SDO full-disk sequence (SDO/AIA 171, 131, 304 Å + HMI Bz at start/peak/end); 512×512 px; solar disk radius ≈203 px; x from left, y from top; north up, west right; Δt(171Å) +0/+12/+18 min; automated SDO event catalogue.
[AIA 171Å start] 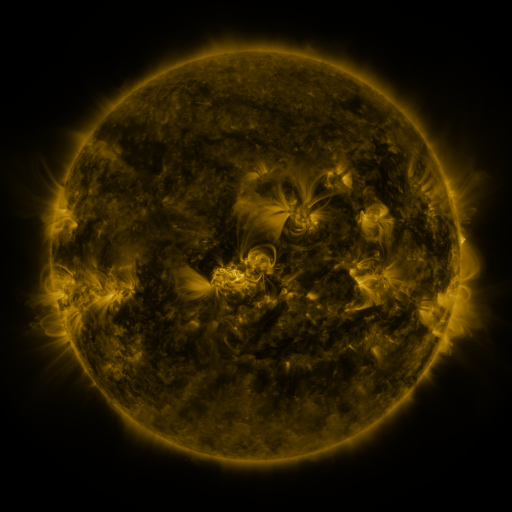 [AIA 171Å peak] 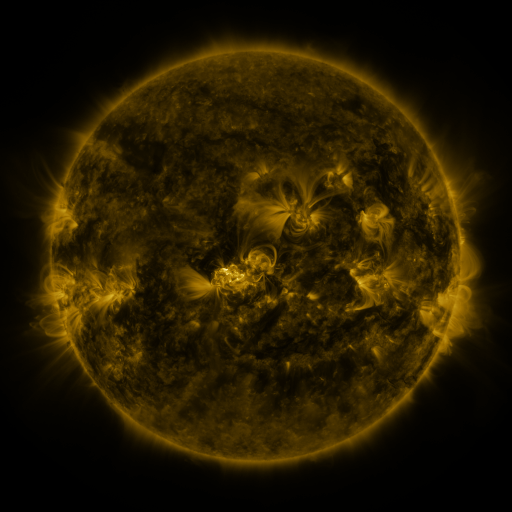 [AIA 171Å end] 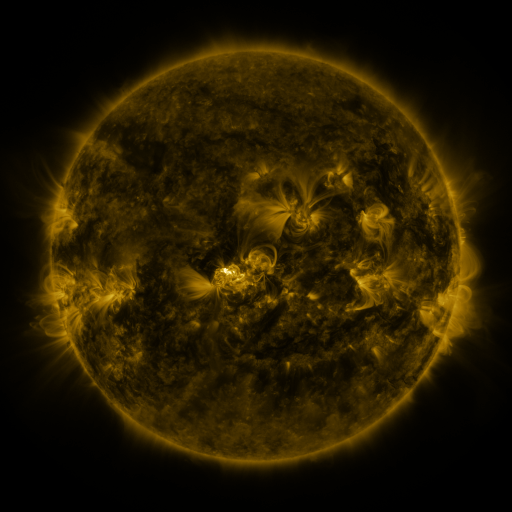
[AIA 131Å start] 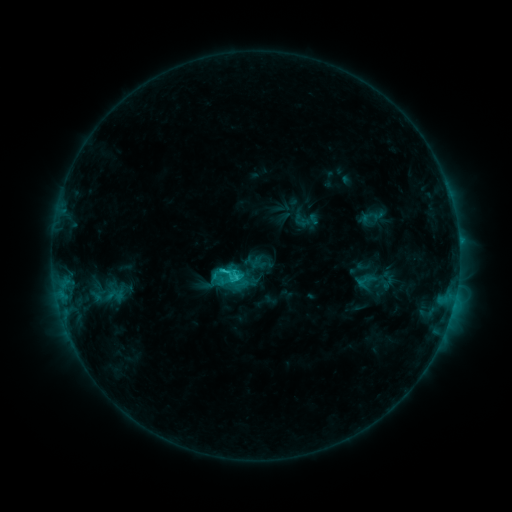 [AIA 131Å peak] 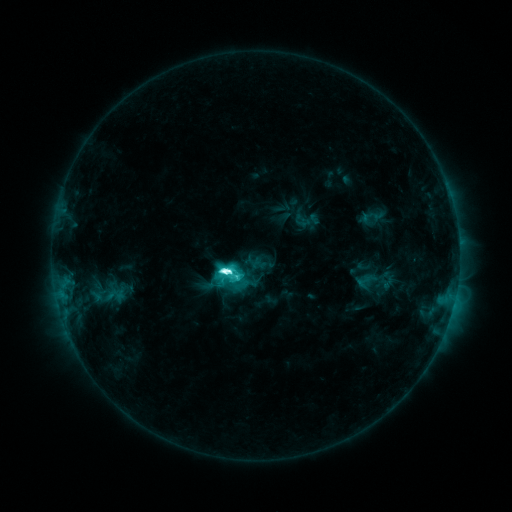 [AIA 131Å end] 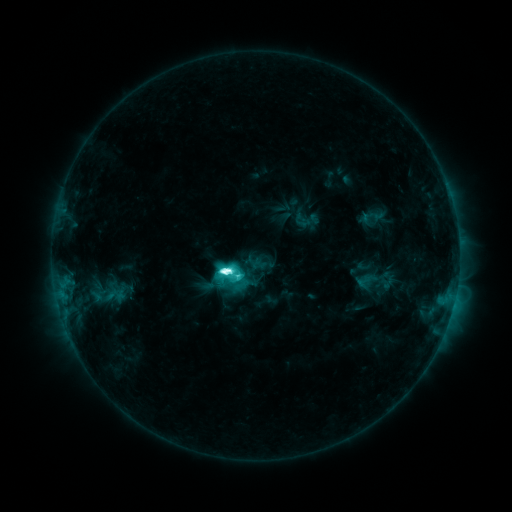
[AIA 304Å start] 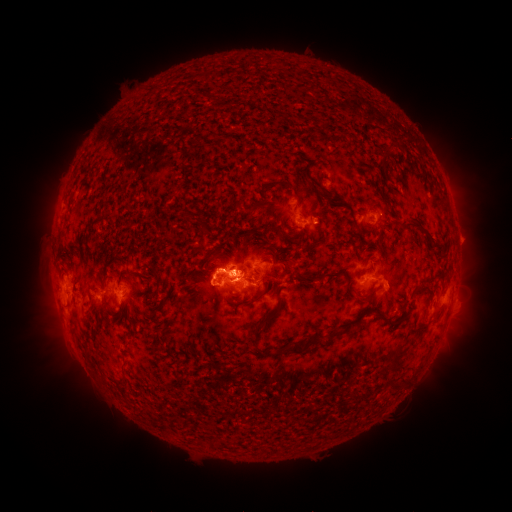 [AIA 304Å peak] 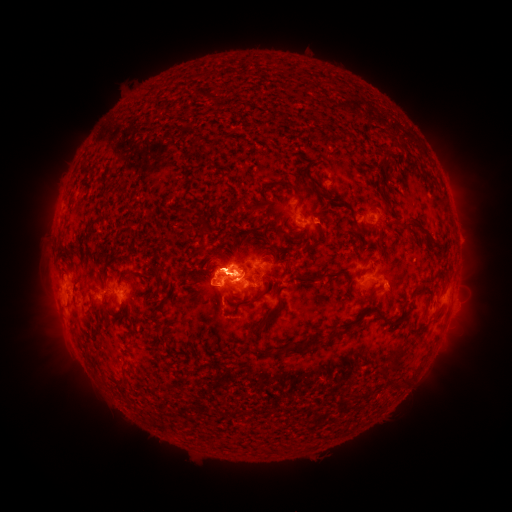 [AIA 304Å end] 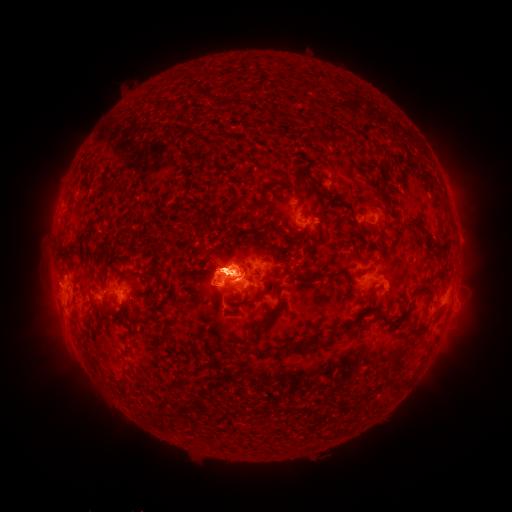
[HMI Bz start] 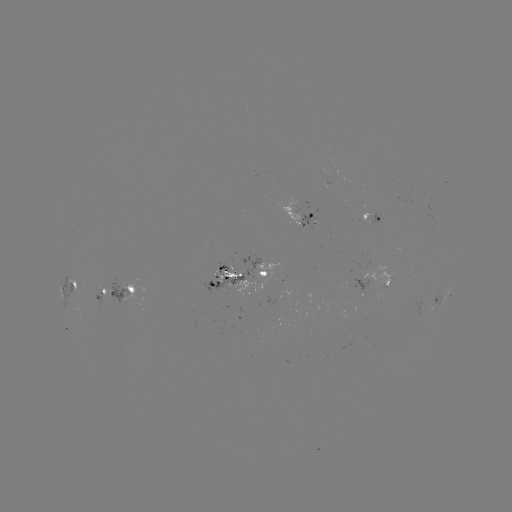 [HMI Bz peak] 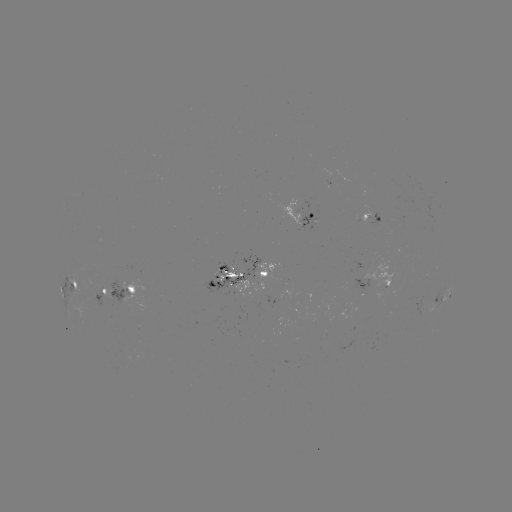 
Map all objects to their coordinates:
M1.8 flare: (228, 268)
